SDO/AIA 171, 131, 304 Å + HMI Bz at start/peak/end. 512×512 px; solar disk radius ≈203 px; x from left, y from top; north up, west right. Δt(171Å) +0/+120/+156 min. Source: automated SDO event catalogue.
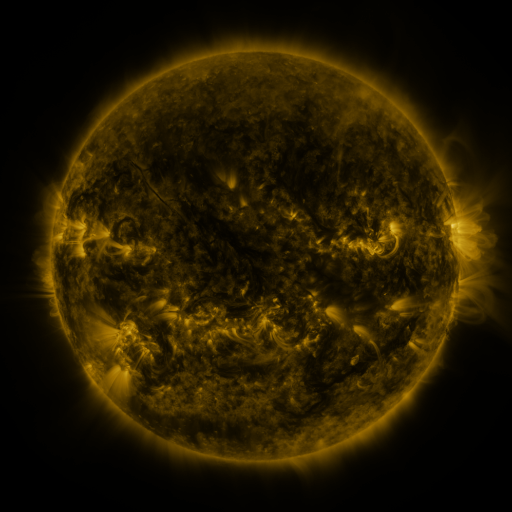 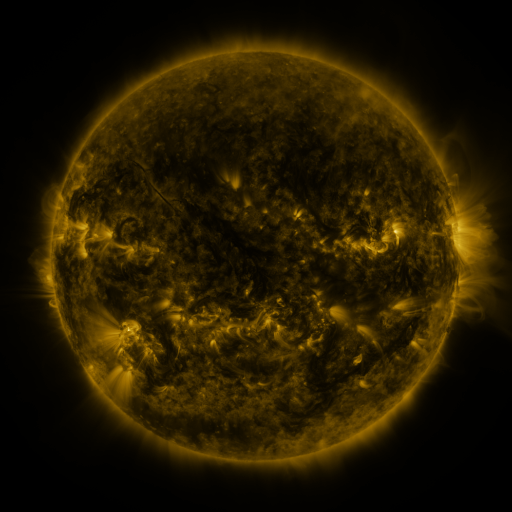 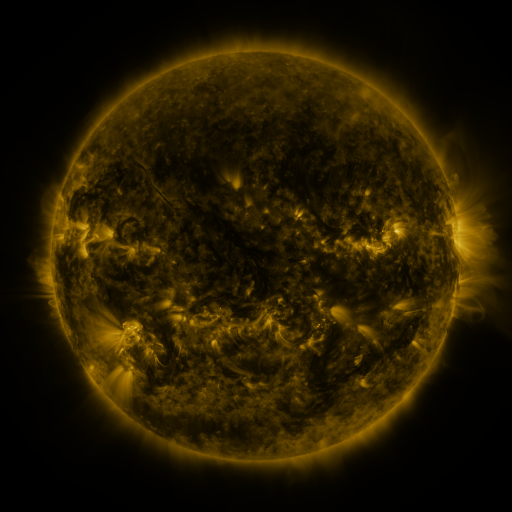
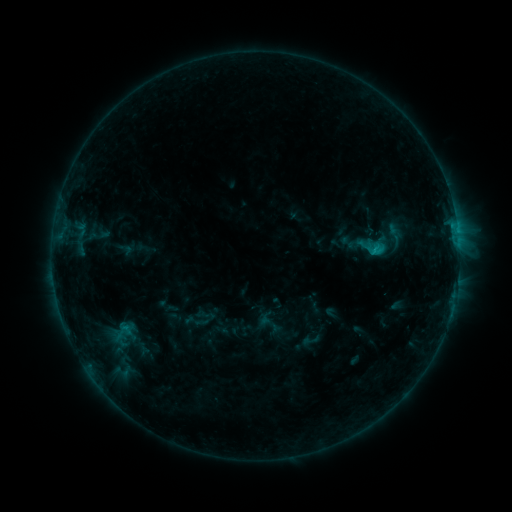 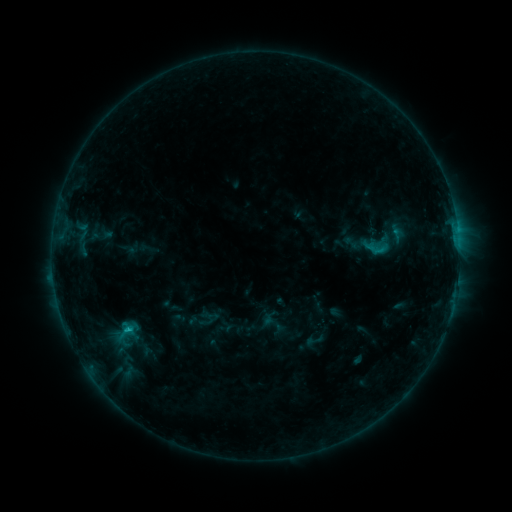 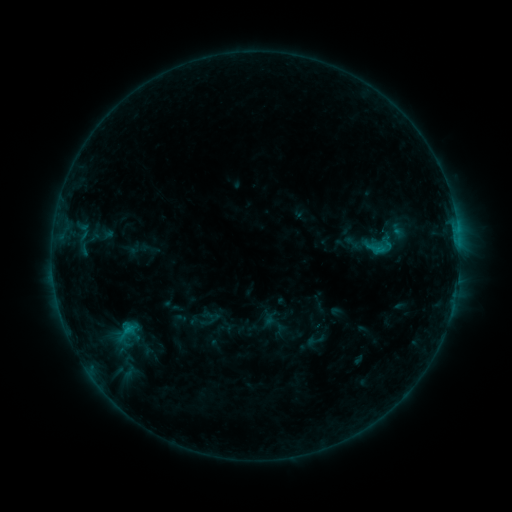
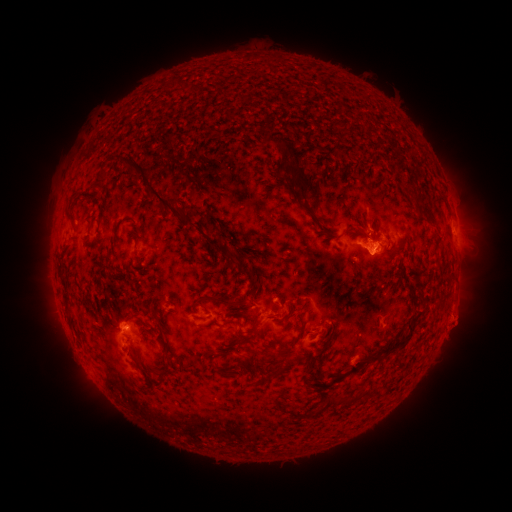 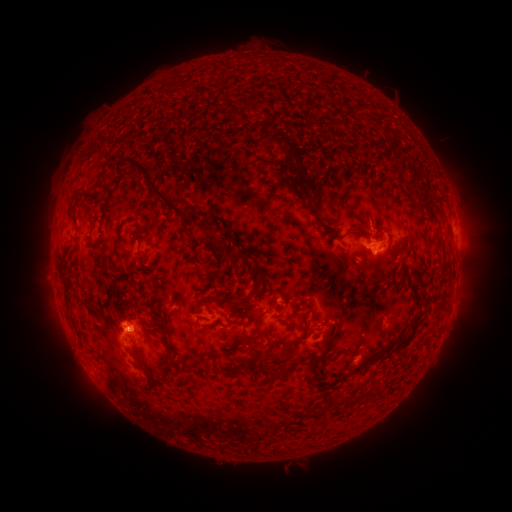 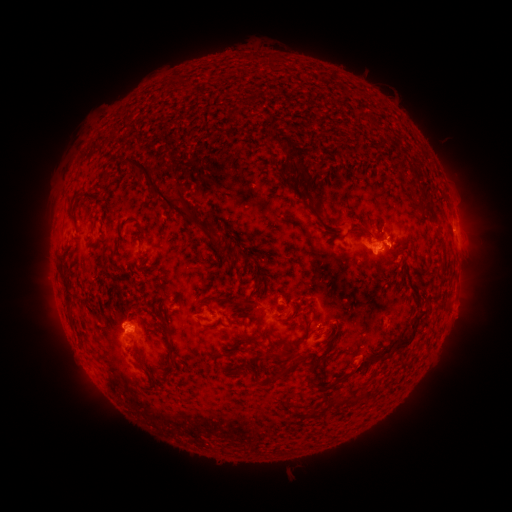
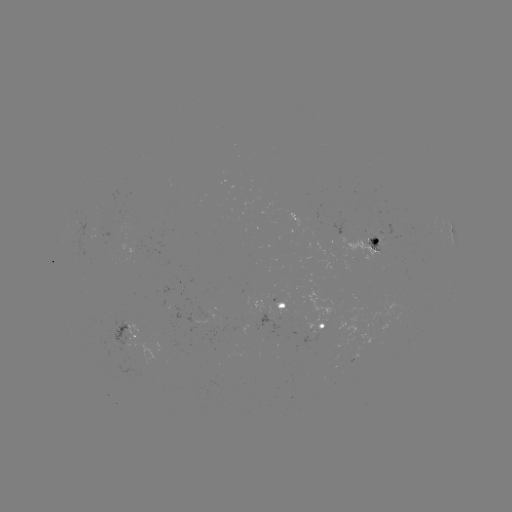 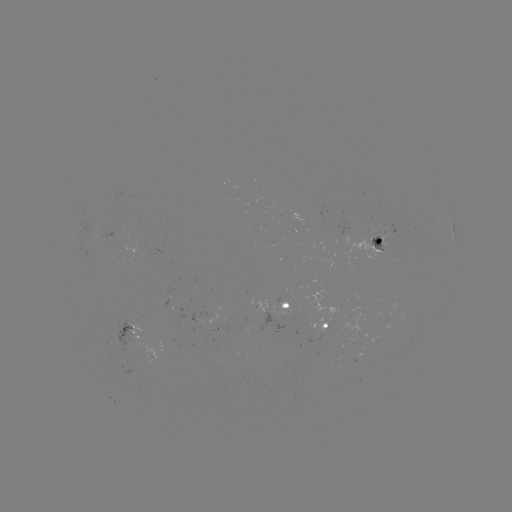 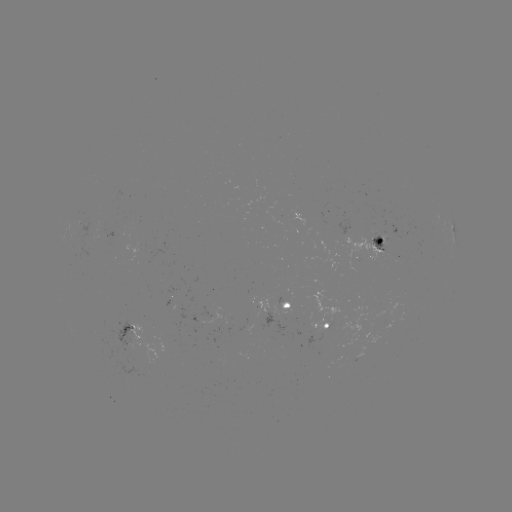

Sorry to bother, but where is emerging-flux region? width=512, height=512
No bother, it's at (127, 339).